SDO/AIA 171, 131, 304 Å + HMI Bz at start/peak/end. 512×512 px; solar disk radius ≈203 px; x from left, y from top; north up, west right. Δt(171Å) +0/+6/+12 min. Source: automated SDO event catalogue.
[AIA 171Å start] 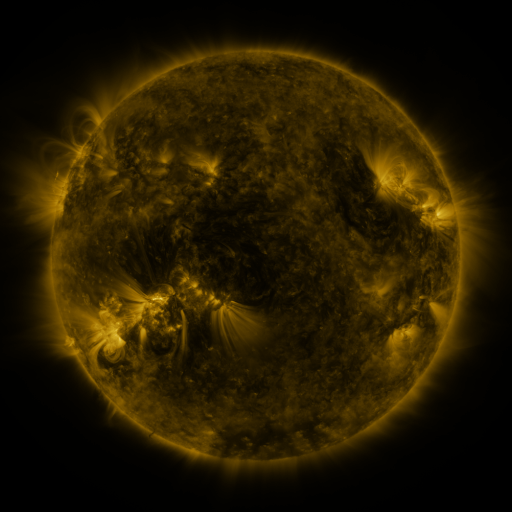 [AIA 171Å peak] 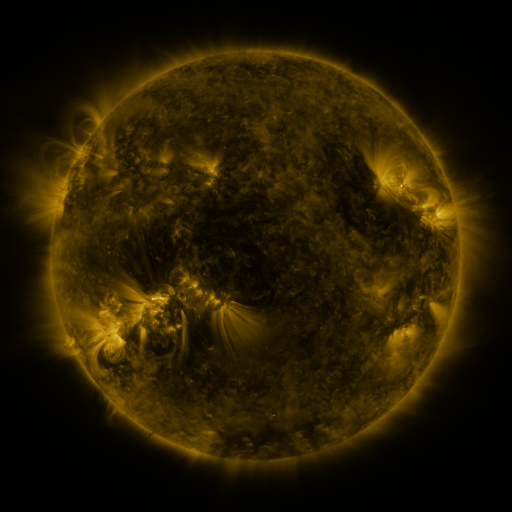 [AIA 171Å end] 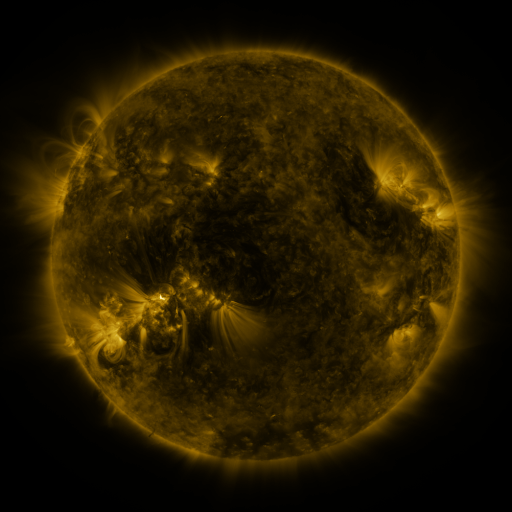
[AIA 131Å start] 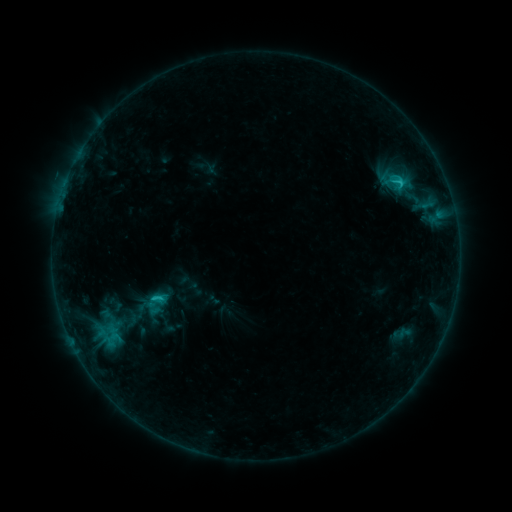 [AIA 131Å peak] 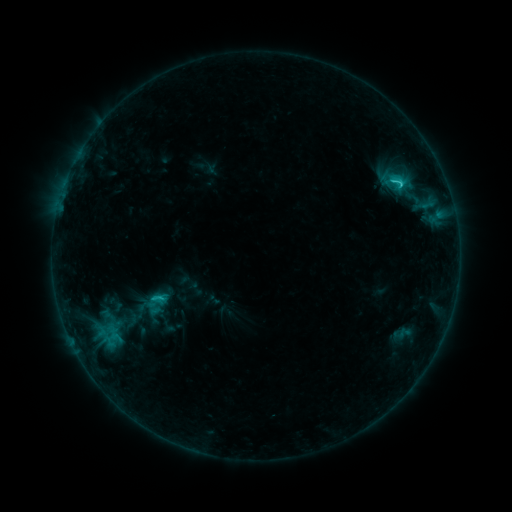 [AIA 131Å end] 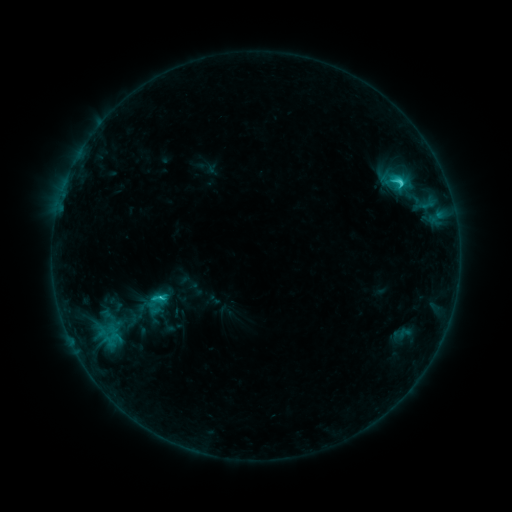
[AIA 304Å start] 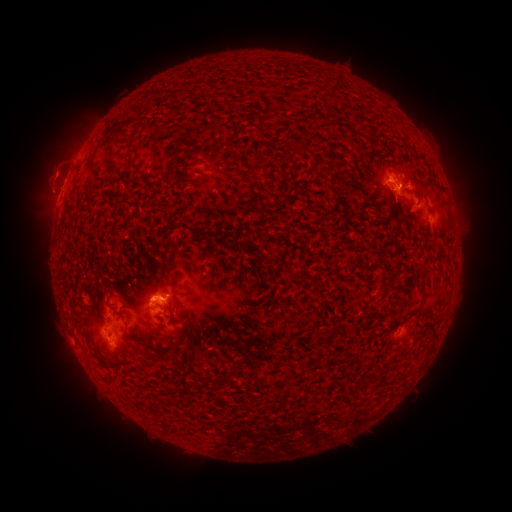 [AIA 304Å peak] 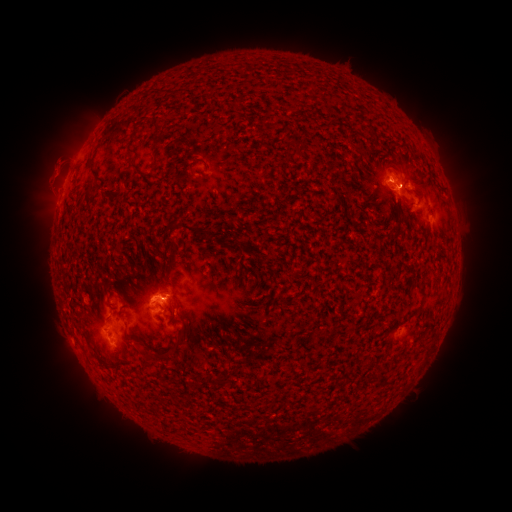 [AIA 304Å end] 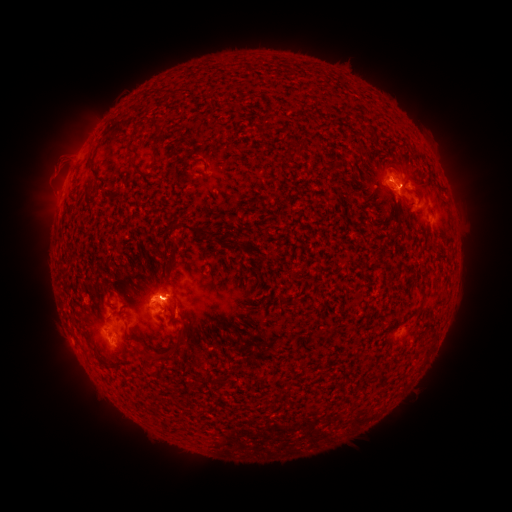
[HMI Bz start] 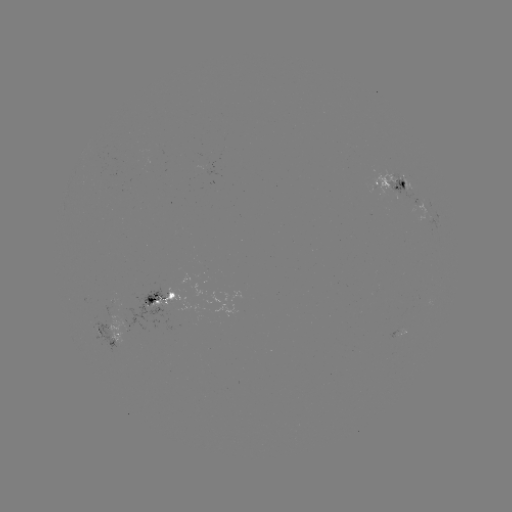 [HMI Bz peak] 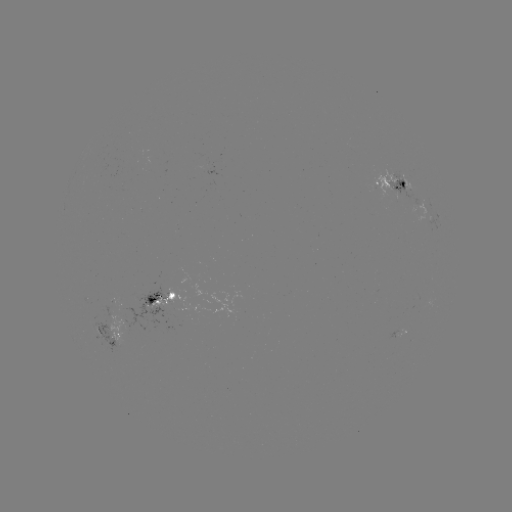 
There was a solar flare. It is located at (398, 185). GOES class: C2.4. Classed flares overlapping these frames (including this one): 1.